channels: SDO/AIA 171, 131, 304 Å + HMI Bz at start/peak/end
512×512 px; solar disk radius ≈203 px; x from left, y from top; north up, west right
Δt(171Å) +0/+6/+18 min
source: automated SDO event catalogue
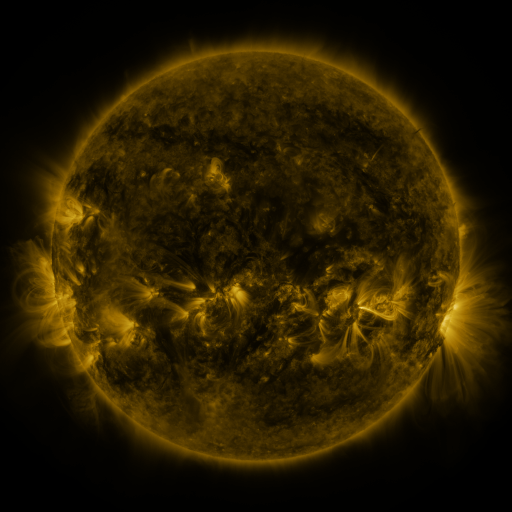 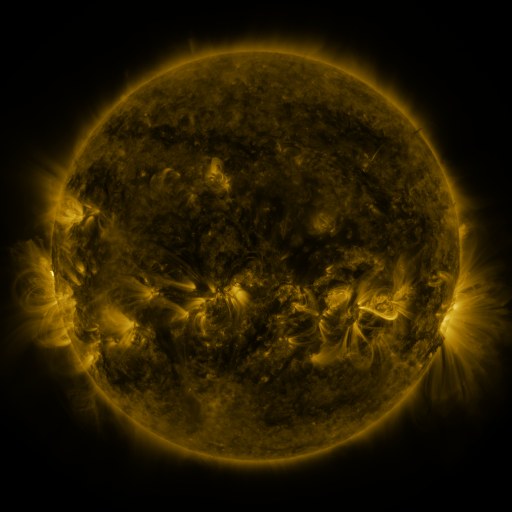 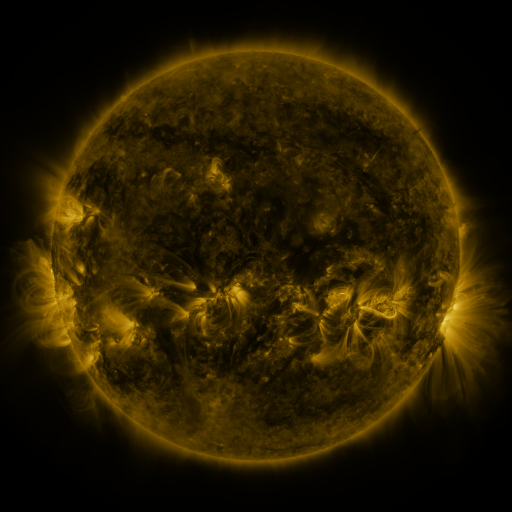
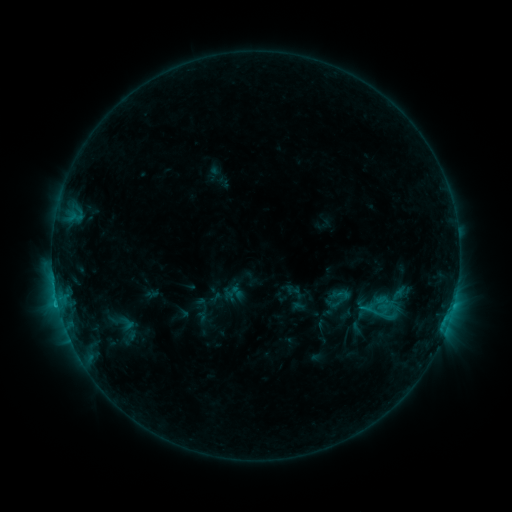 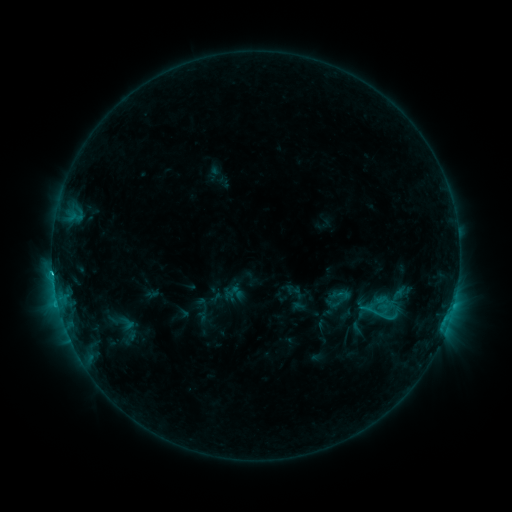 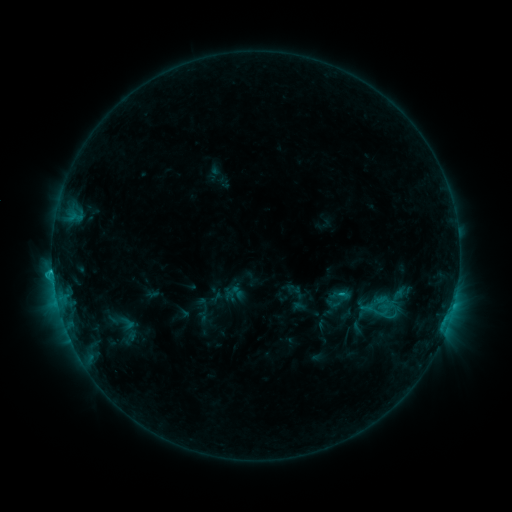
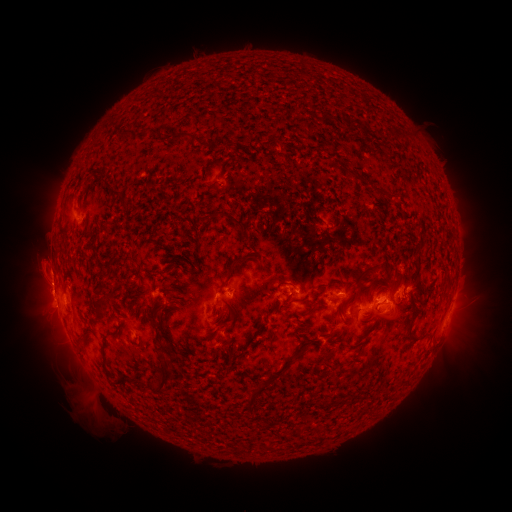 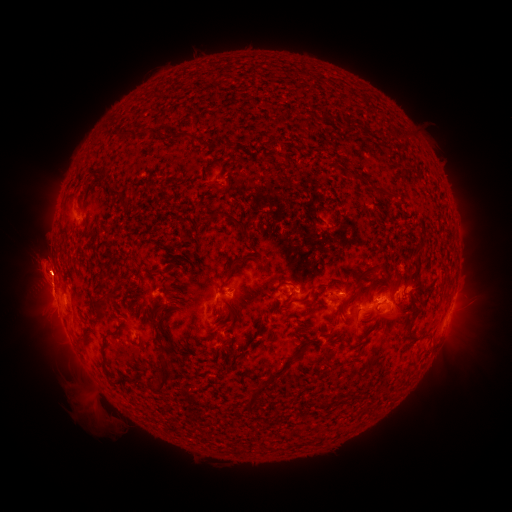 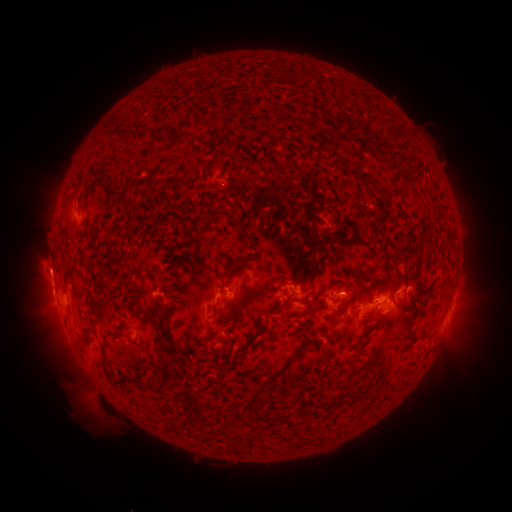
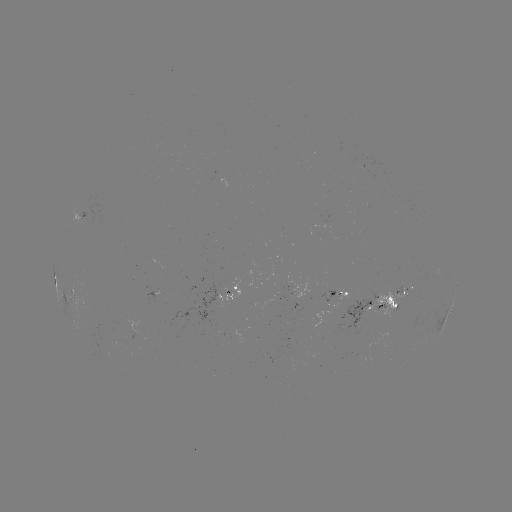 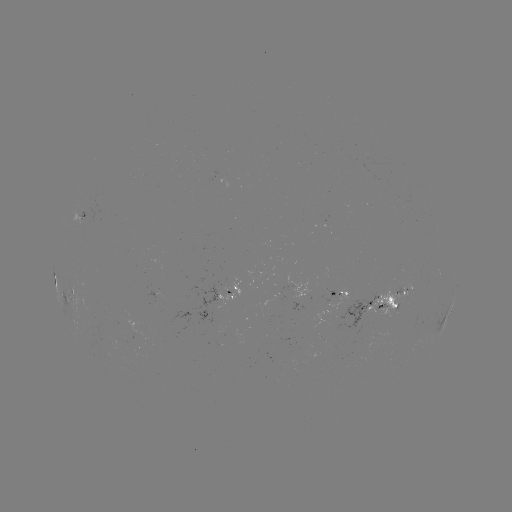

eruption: (16, 245, 70, 296)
